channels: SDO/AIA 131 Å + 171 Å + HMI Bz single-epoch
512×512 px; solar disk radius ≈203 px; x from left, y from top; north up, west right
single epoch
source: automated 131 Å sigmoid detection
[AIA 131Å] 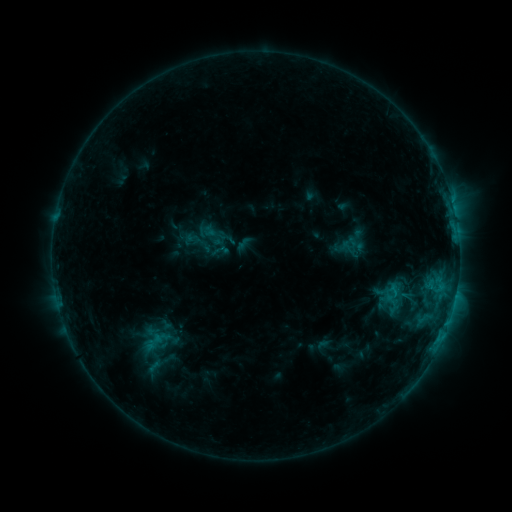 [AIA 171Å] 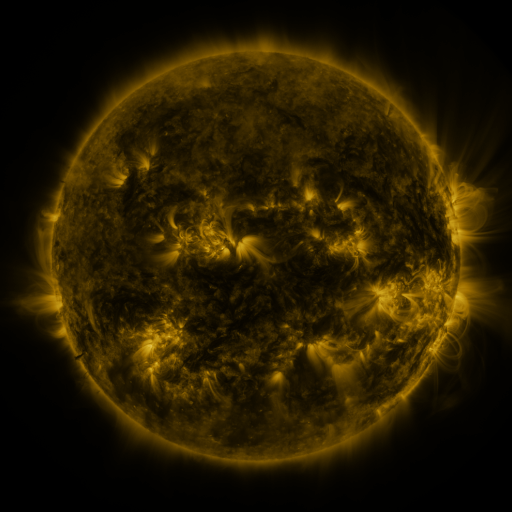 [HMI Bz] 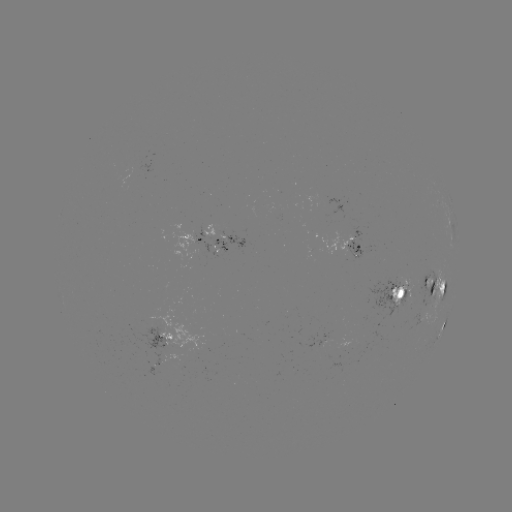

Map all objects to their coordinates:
sigmoid: [200, 226, 221, 248]
sigmoid: [135, 325, 177, 357]
